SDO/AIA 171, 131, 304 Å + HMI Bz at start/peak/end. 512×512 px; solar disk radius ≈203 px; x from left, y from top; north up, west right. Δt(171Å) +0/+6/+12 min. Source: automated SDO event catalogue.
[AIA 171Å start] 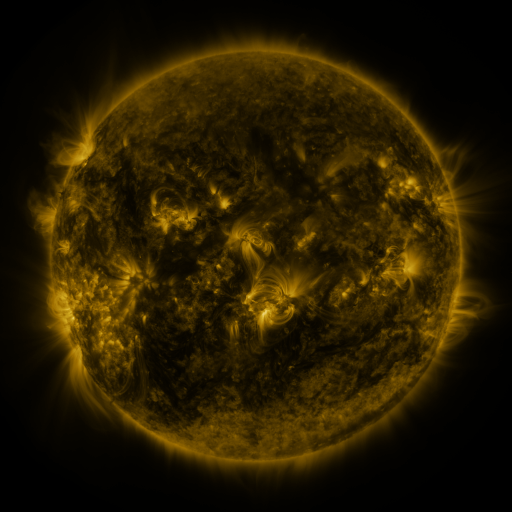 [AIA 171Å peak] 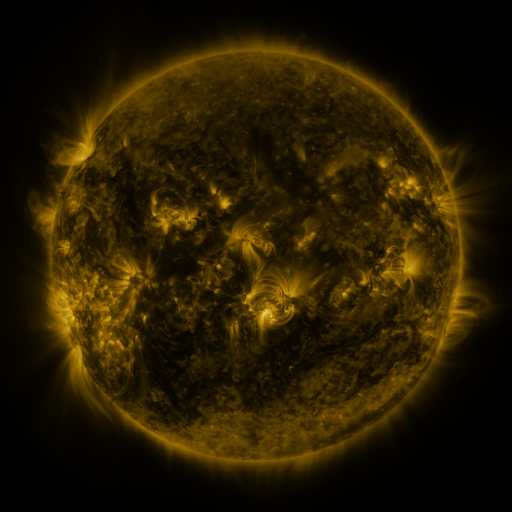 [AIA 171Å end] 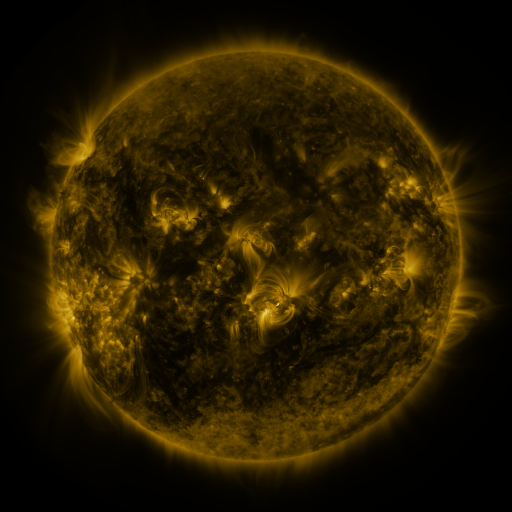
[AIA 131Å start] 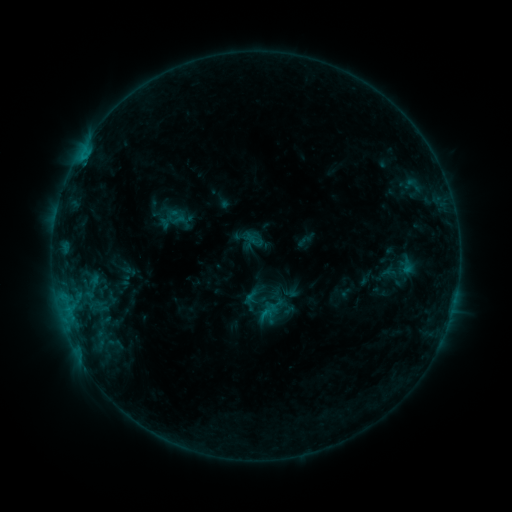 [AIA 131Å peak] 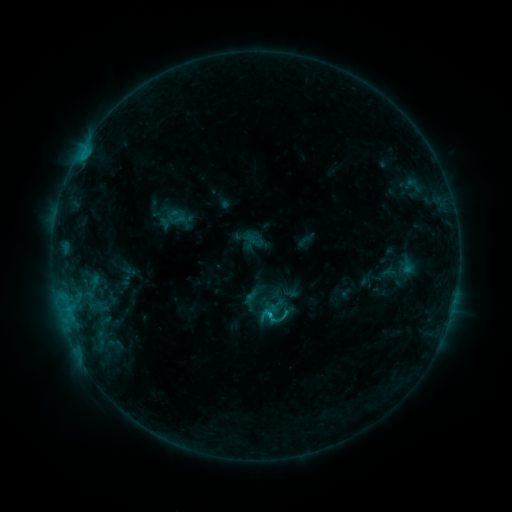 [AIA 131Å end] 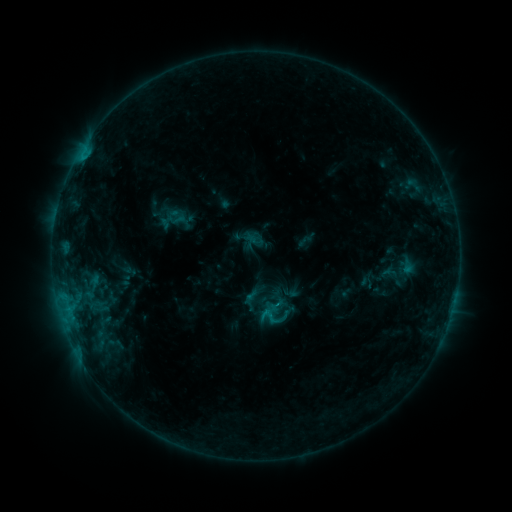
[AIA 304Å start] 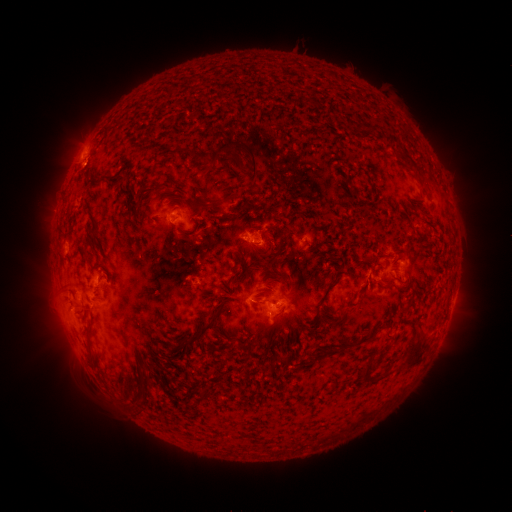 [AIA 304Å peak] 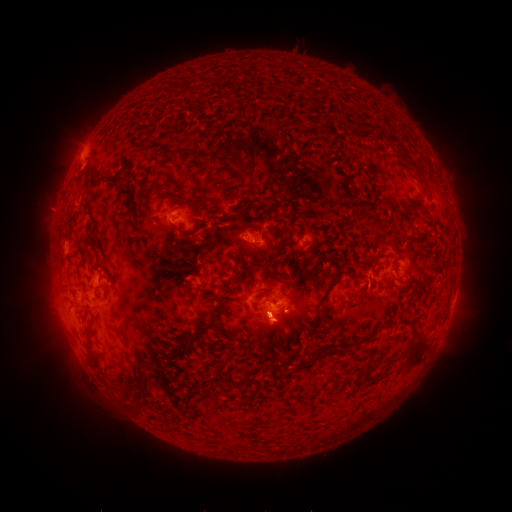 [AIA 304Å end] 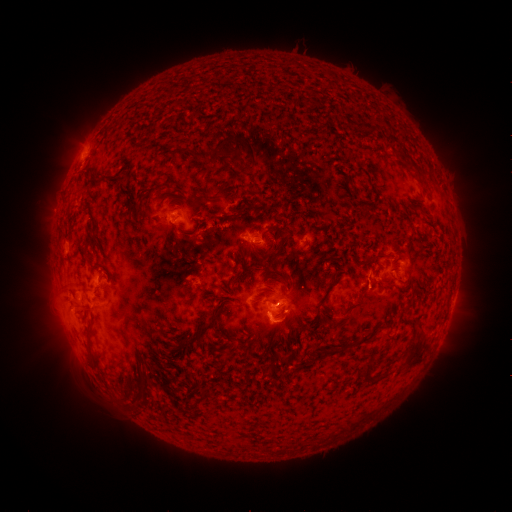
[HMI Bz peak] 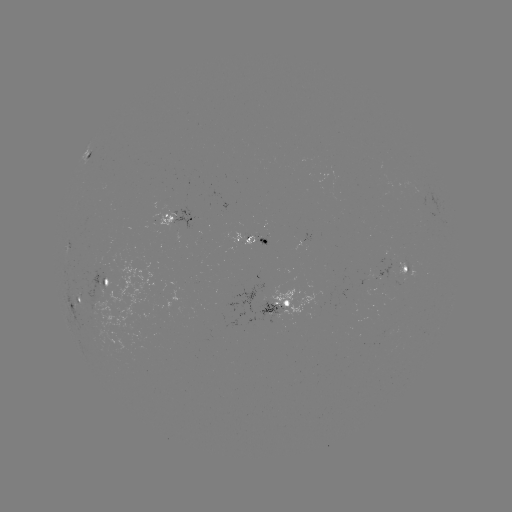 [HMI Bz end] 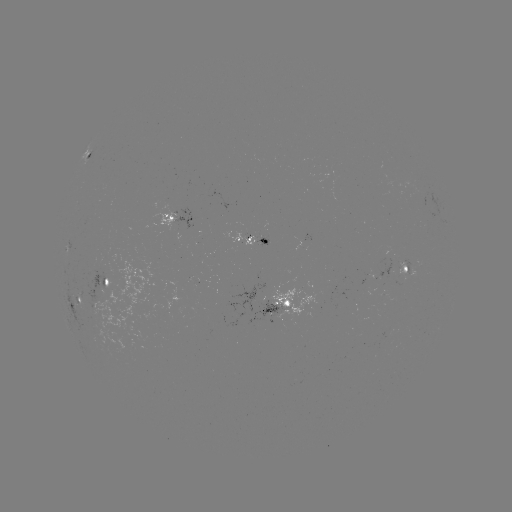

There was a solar eruption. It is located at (271, 330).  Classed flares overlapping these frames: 1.